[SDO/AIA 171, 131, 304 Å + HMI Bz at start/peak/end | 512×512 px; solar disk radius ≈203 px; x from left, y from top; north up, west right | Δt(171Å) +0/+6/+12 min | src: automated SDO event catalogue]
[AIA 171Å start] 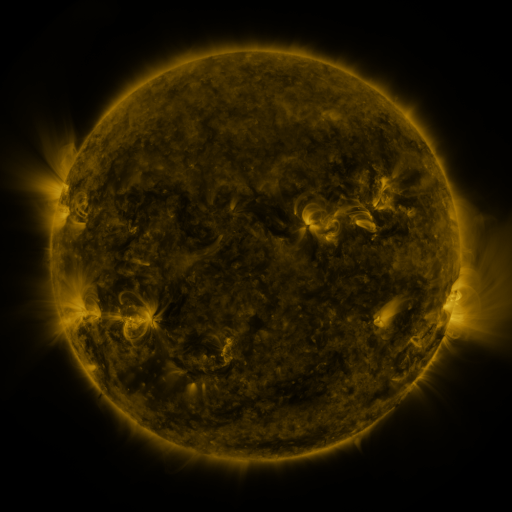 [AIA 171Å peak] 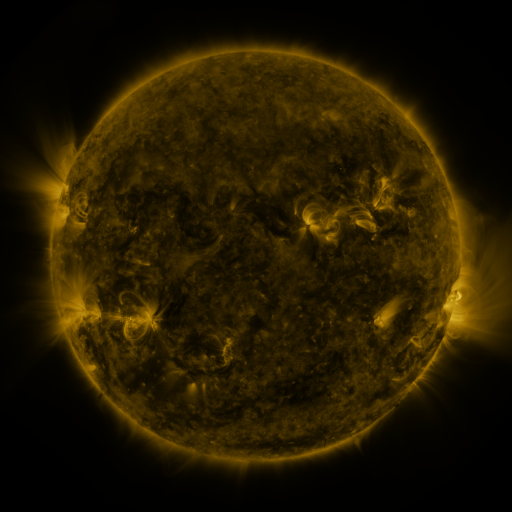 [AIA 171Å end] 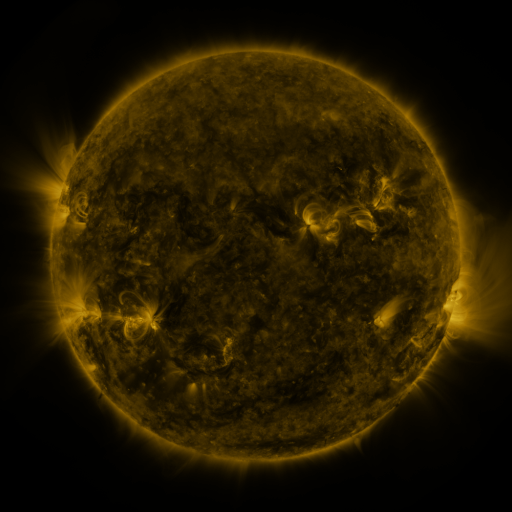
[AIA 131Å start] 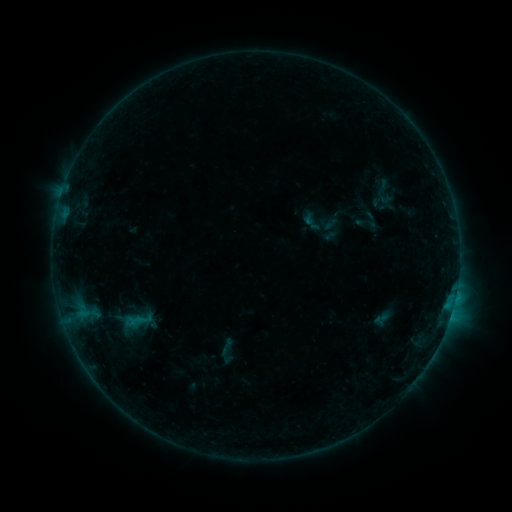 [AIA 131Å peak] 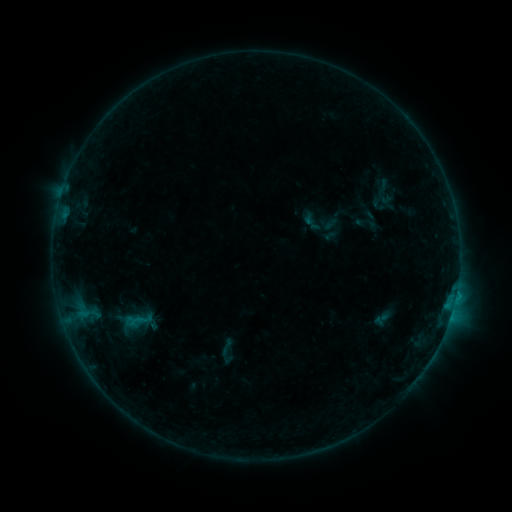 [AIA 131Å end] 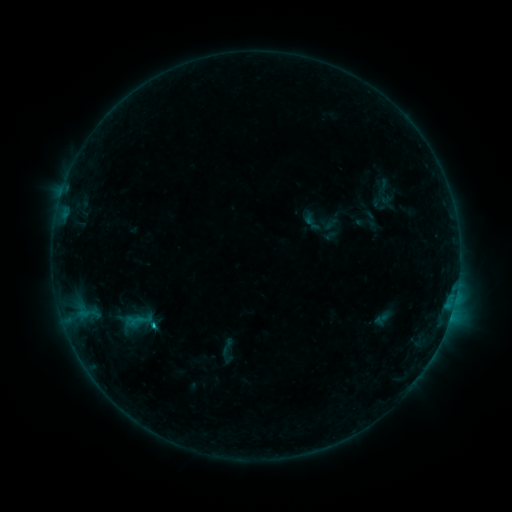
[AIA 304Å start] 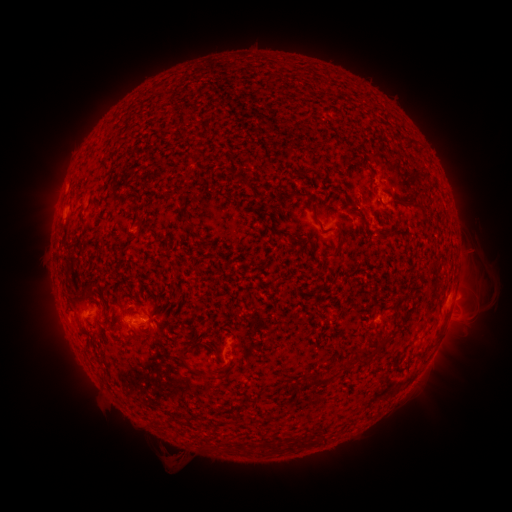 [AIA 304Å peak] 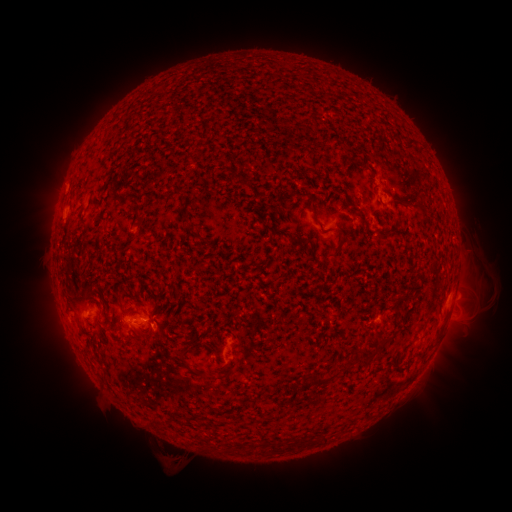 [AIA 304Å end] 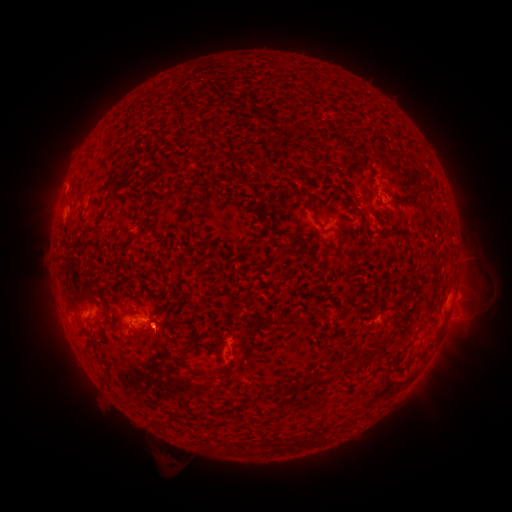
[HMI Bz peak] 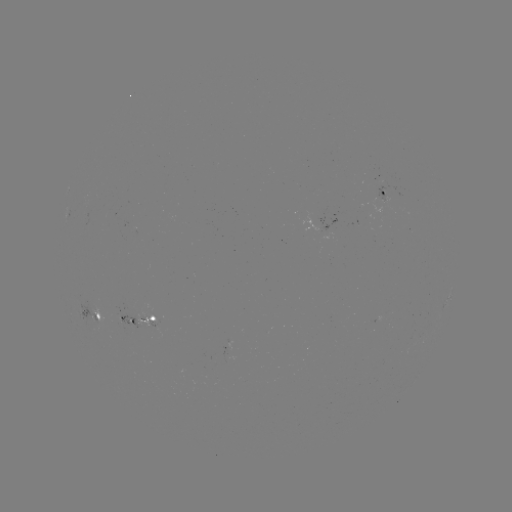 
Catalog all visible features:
eruption: (161, 335)
